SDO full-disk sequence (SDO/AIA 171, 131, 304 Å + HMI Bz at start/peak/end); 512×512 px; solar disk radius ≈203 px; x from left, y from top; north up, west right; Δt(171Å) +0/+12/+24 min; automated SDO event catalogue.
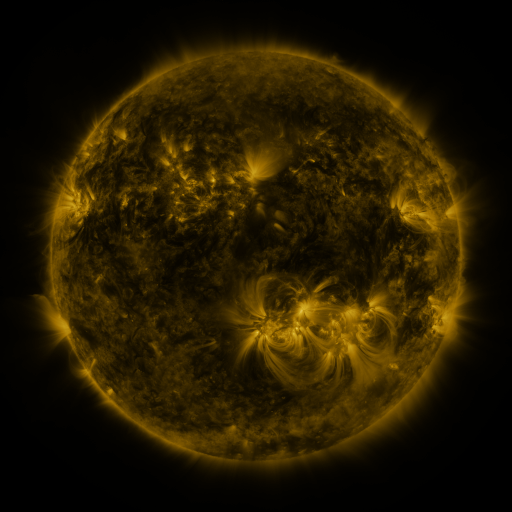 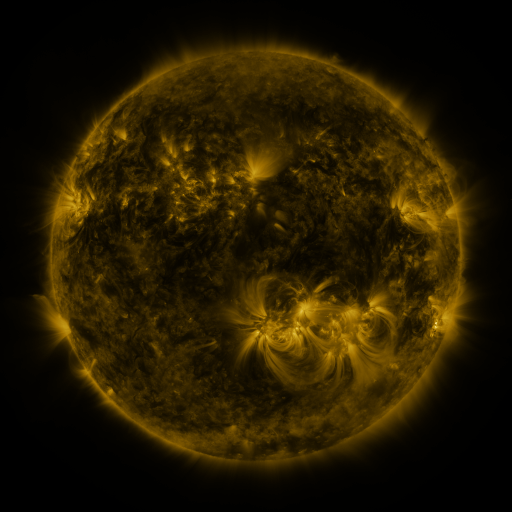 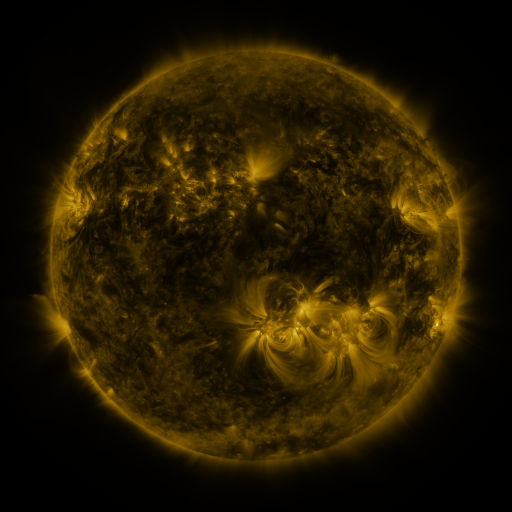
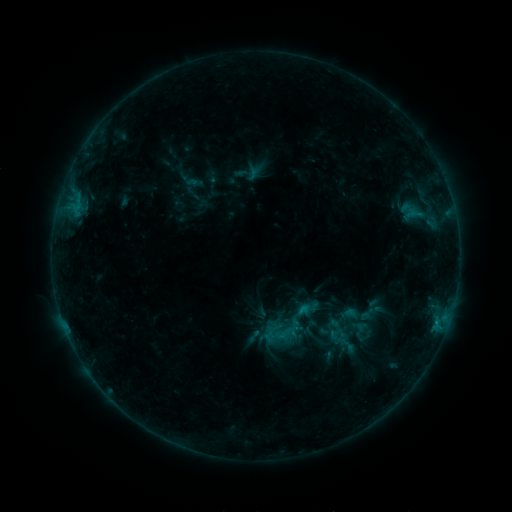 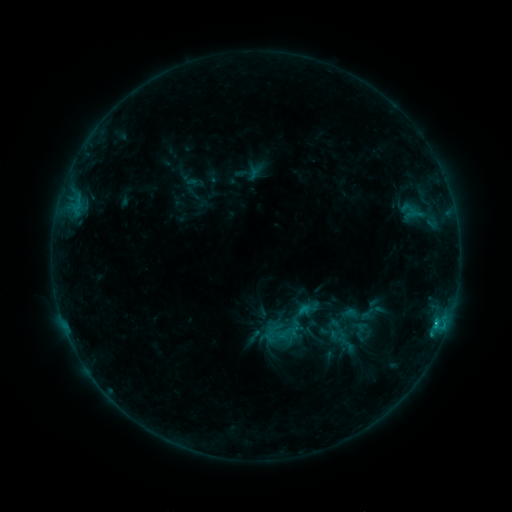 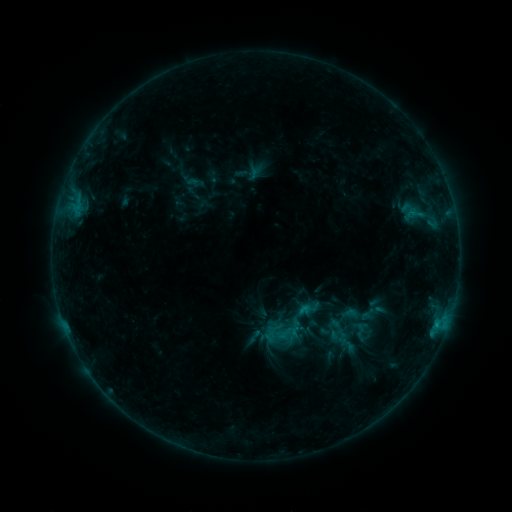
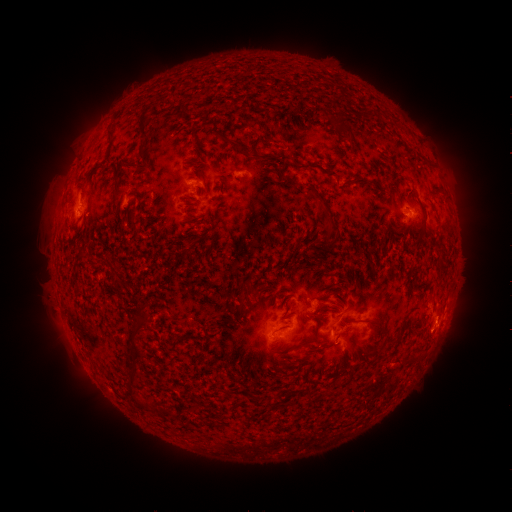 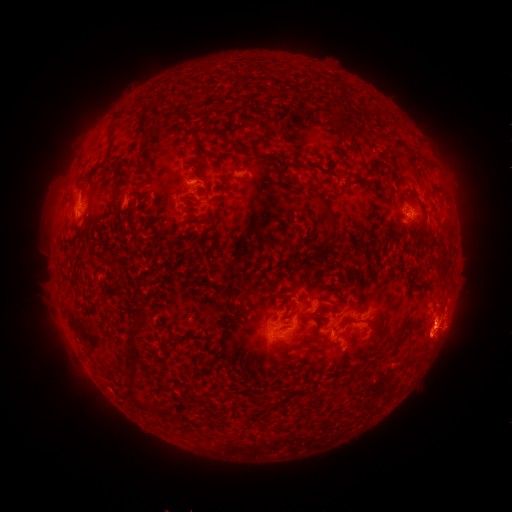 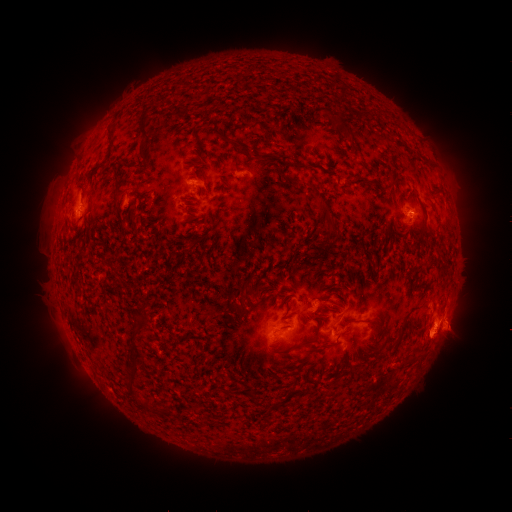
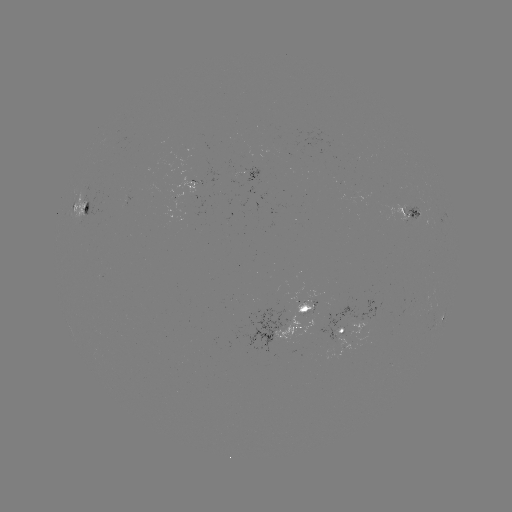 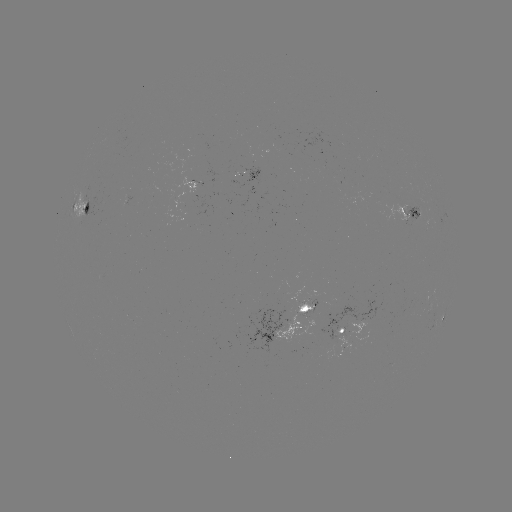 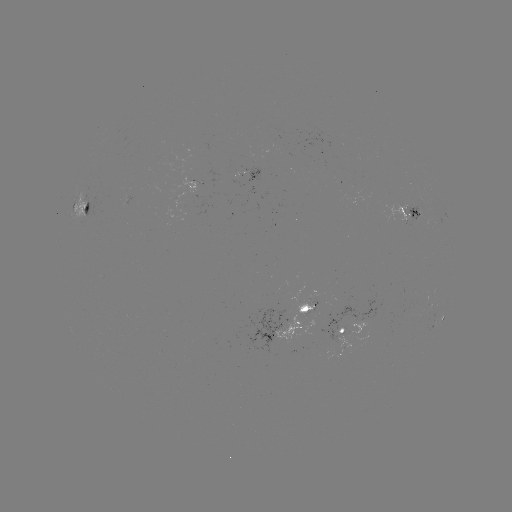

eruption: (410, 299, 477, 369)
